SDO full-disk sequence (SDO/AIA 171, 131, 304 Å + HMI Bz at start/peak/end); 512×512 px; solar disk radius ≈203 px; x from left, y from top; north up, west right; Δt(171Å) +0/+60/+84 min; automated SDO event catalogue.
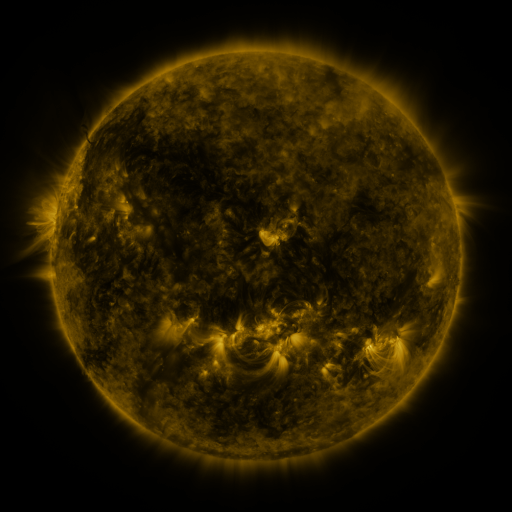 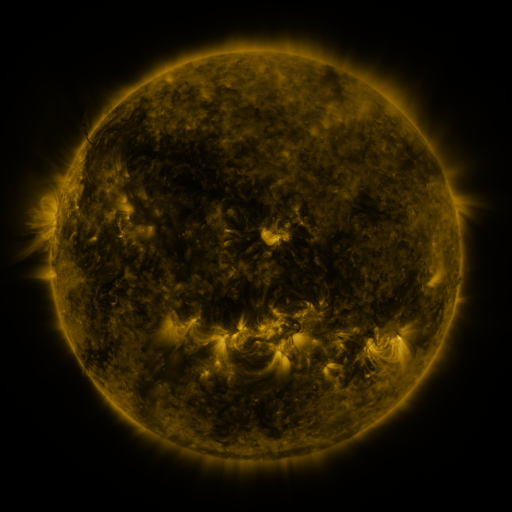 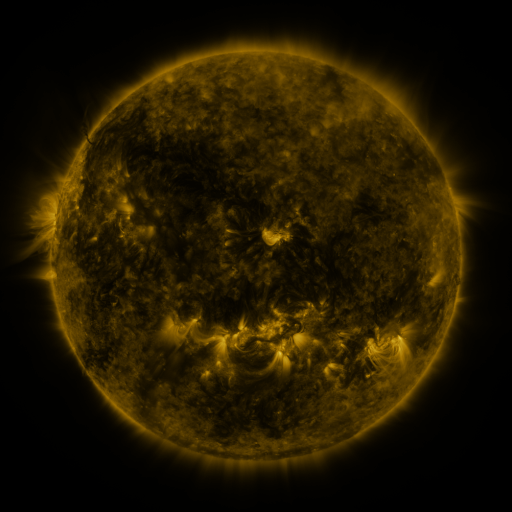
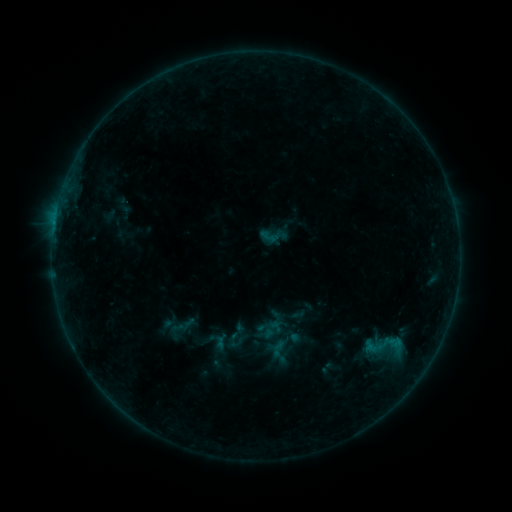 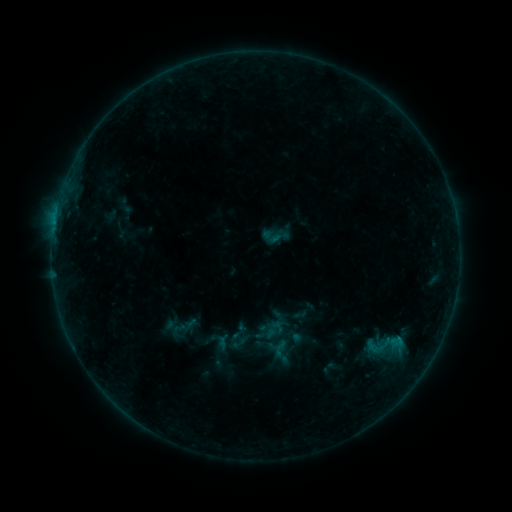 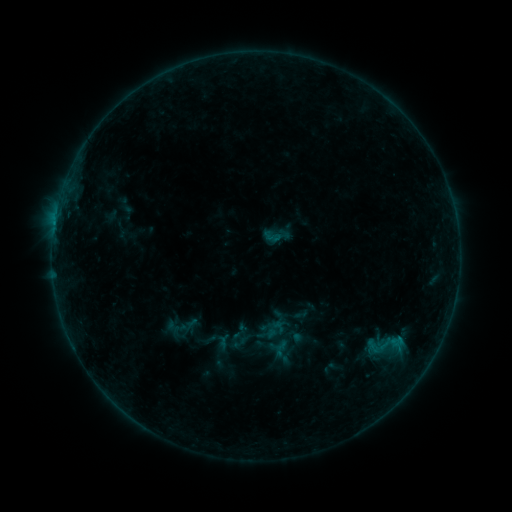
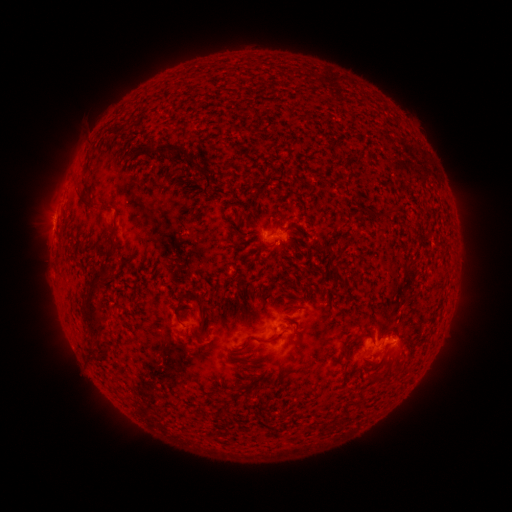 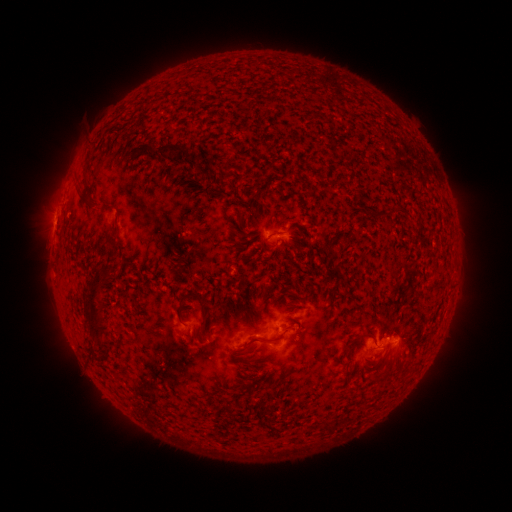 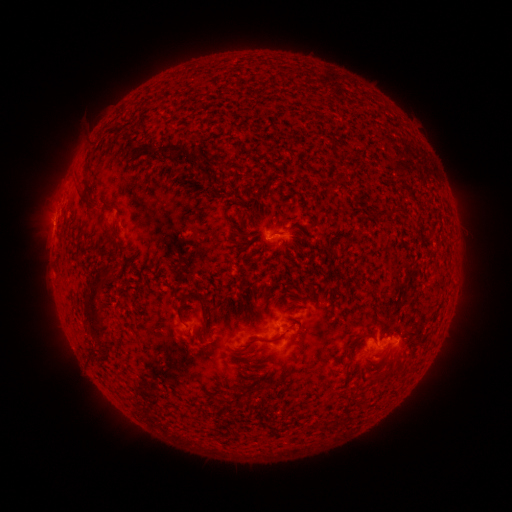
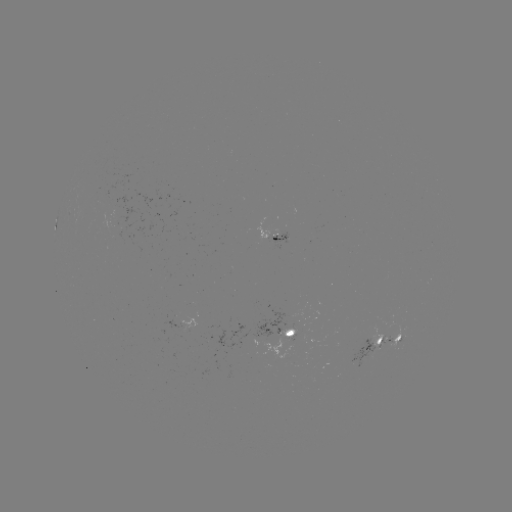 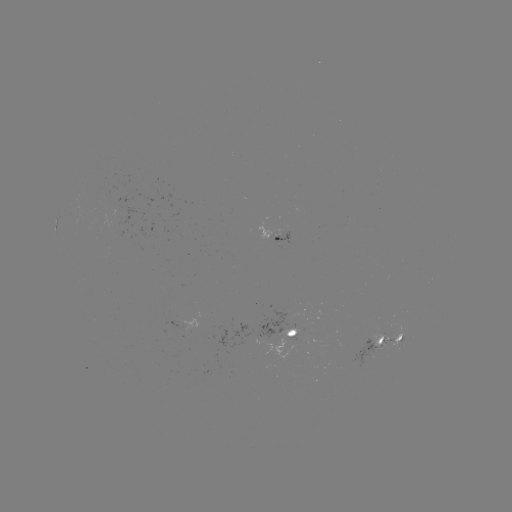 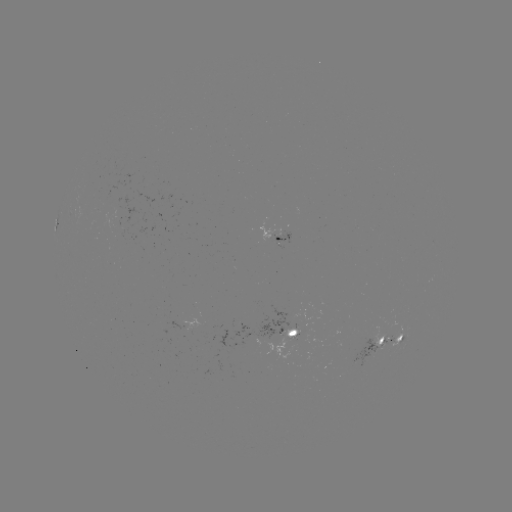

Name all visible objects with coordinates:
emerging-flux region: (290, 336)
